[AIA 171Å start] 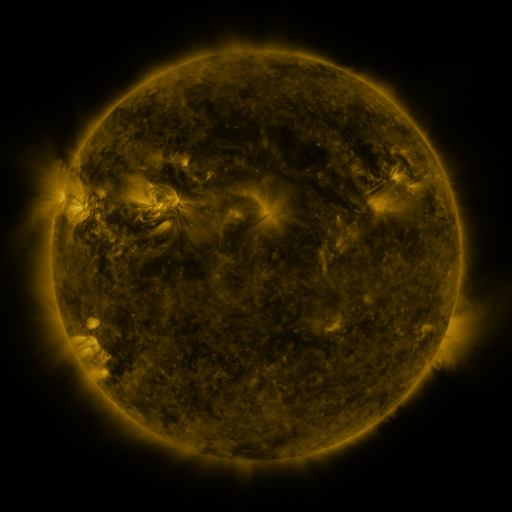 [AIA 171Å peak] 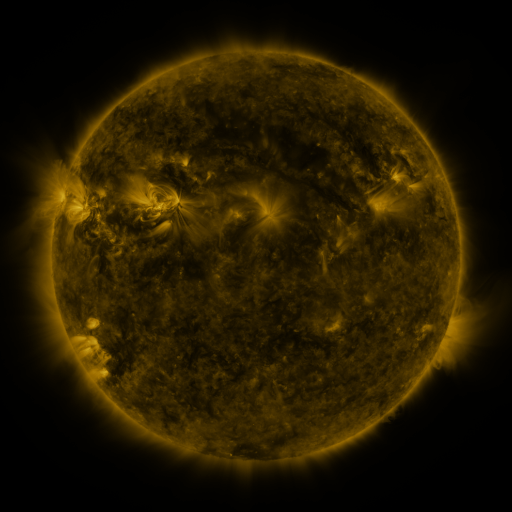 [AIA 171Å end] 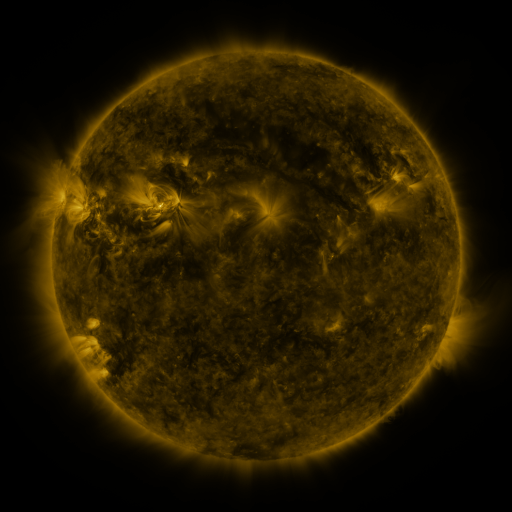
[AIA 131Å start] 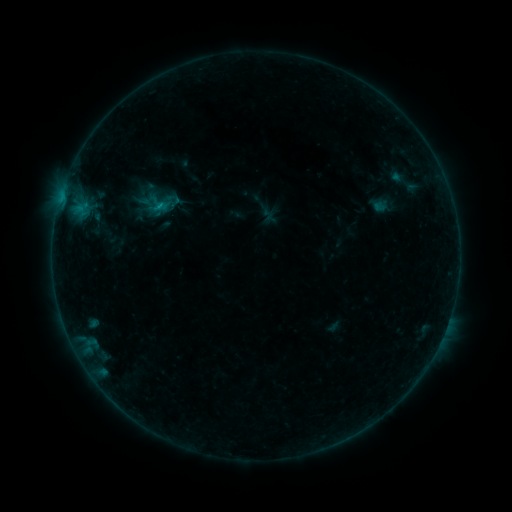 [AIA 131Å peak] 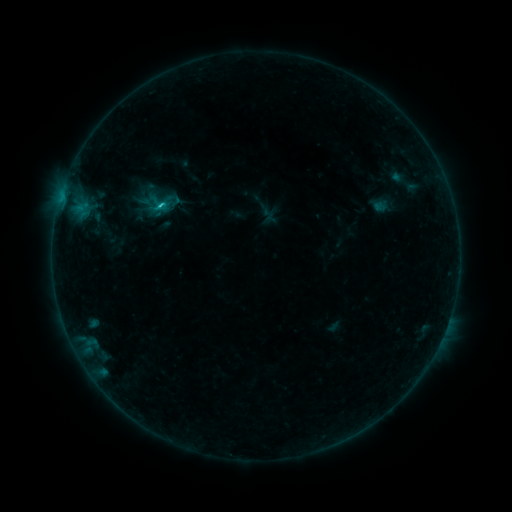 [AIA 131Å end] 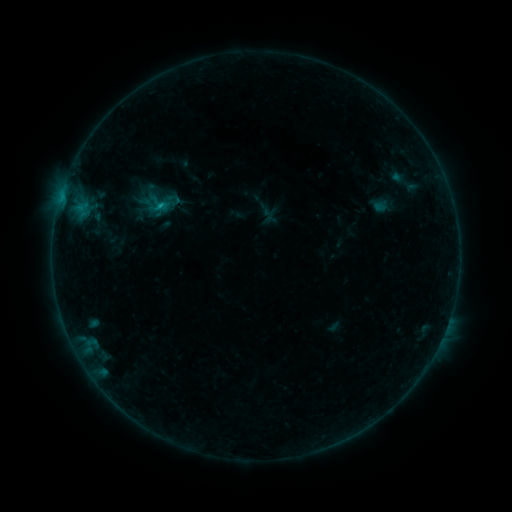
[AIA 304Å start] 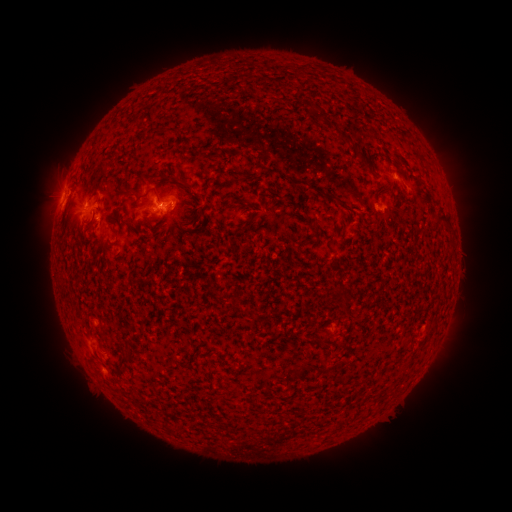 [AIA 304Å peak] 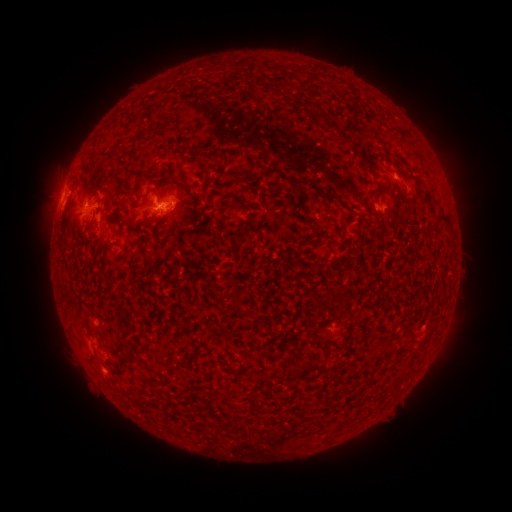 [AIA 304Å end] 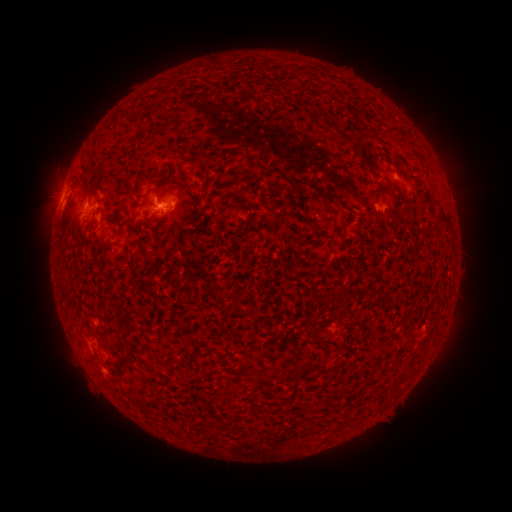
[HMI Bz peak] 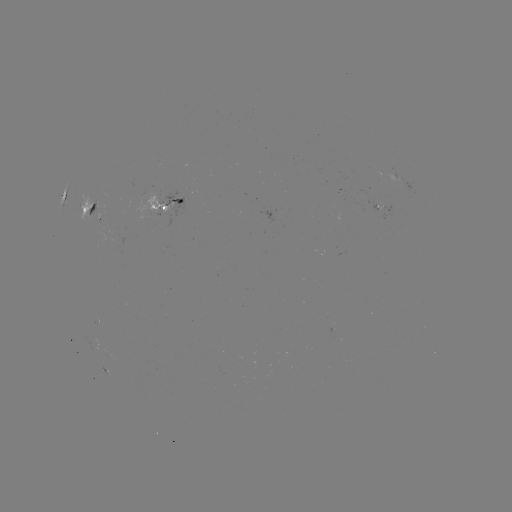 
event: flare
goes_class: B8.5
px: (162, 205)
